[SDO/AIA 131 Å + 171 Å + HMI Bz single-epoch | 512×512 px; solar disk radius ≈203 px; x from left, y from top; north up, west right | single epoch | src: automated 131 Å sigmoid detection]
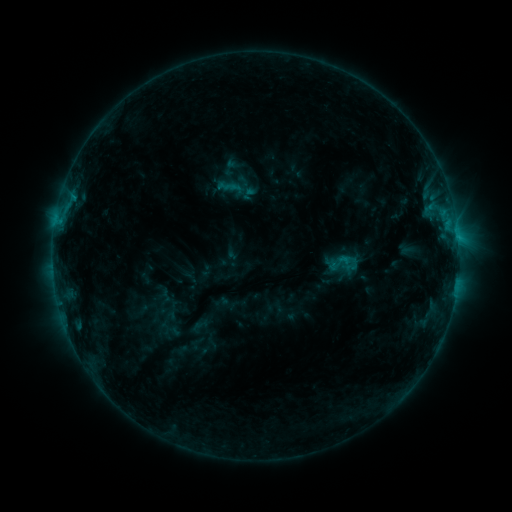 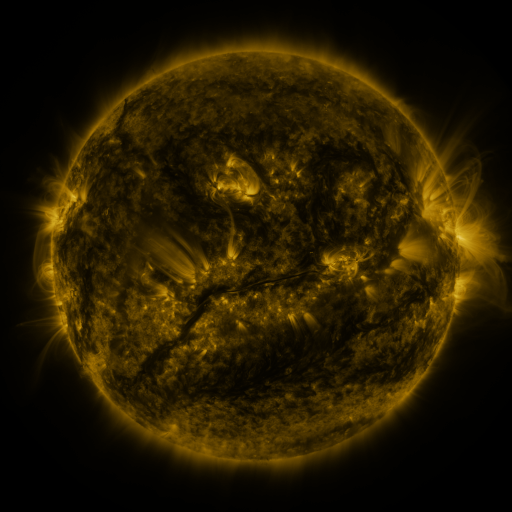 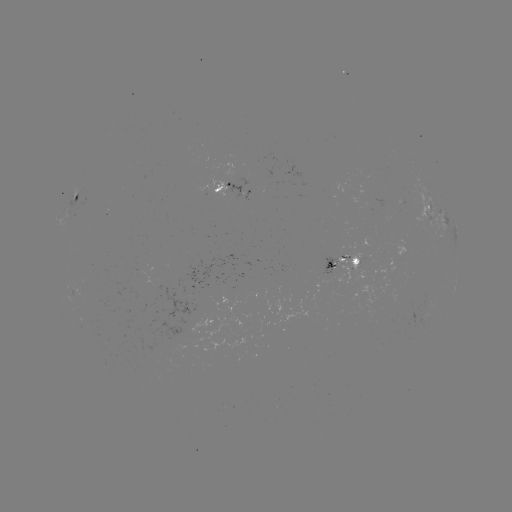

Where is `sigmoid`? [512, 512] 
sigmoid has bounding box [330, 249, 354, 276].